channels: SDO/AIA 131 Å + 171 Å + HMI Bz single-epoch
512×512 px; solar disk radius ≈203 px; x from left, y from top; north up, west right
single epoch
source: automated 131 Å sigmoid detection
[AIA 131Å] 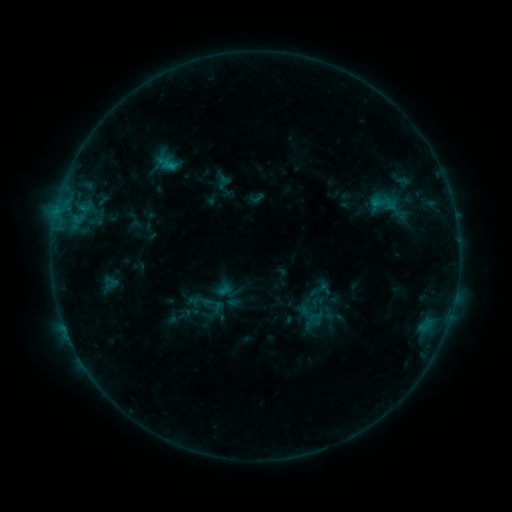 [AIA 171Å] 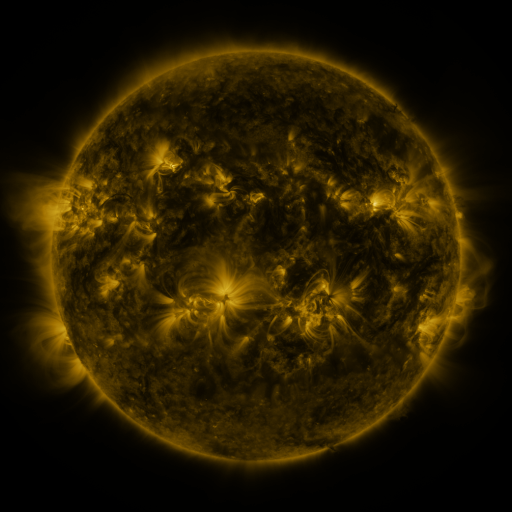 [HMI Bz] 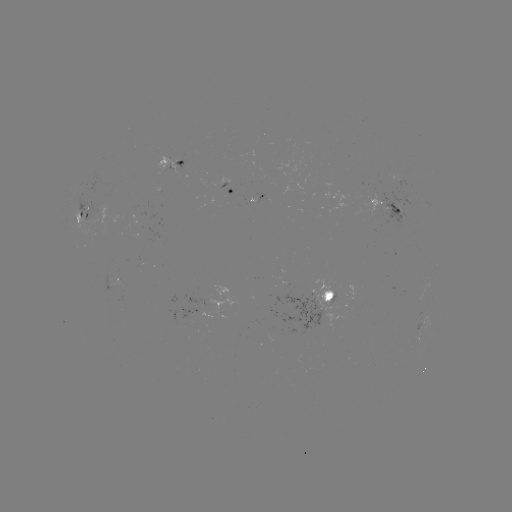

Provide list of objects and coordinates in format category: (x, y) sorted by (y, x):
sigmoid: (385, 203)
sigmoid: (317, 315)
